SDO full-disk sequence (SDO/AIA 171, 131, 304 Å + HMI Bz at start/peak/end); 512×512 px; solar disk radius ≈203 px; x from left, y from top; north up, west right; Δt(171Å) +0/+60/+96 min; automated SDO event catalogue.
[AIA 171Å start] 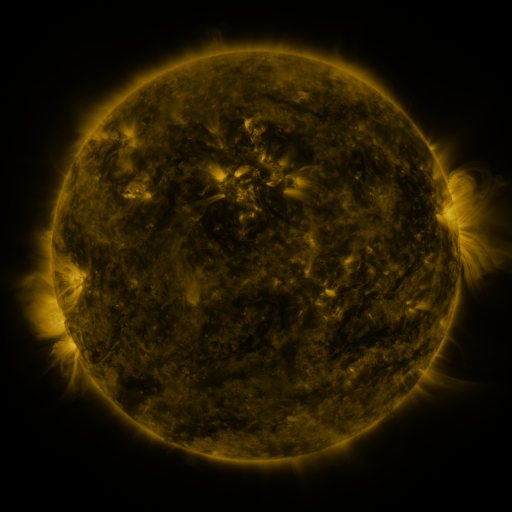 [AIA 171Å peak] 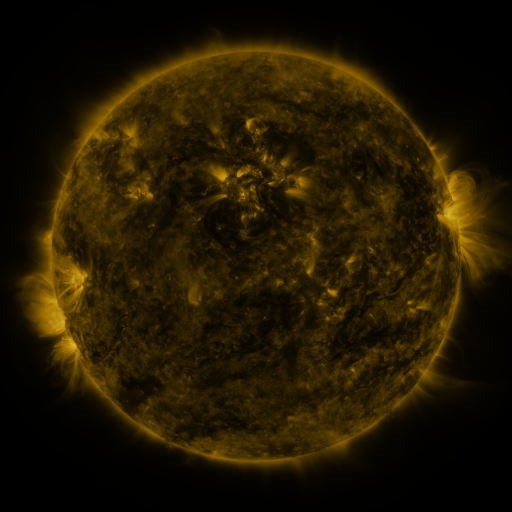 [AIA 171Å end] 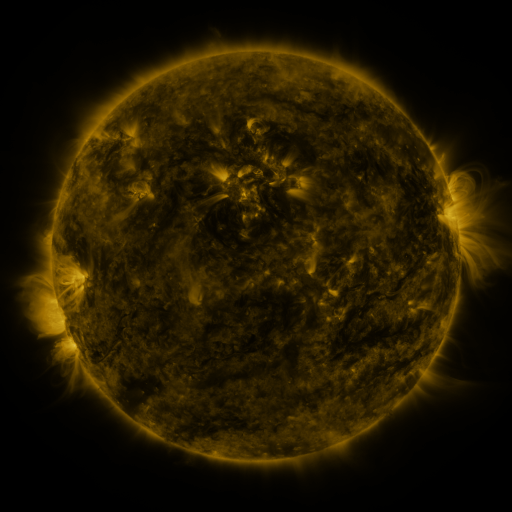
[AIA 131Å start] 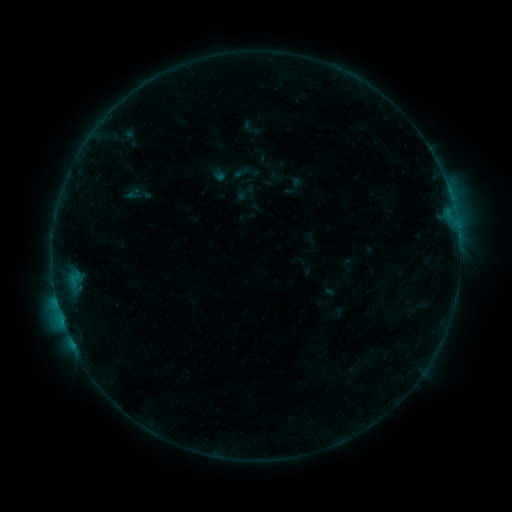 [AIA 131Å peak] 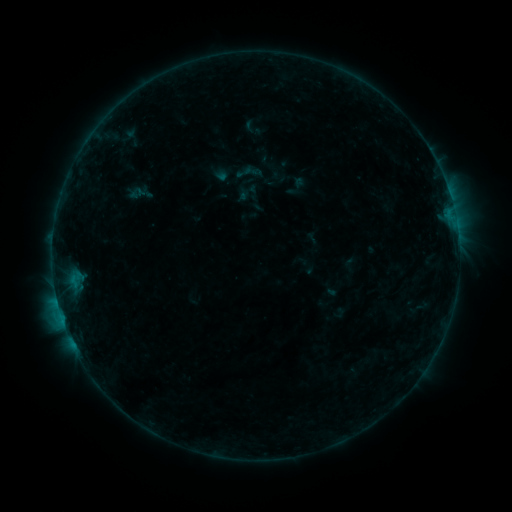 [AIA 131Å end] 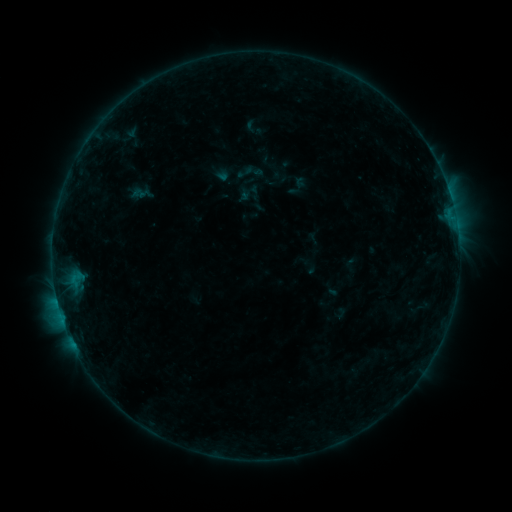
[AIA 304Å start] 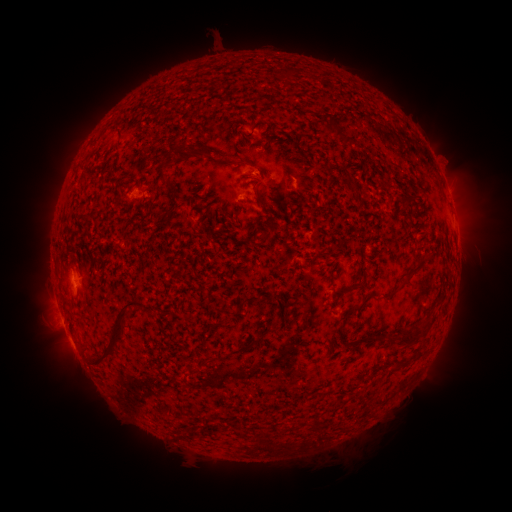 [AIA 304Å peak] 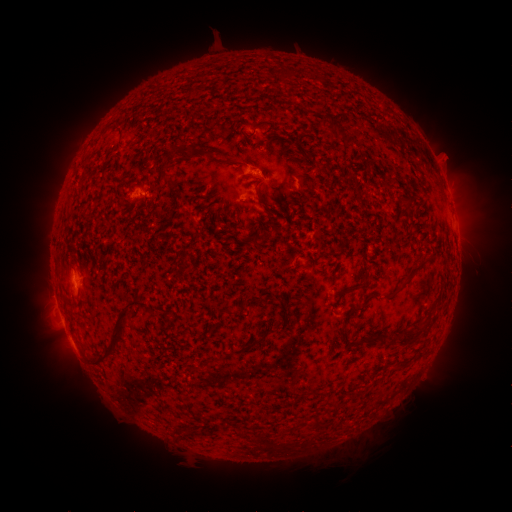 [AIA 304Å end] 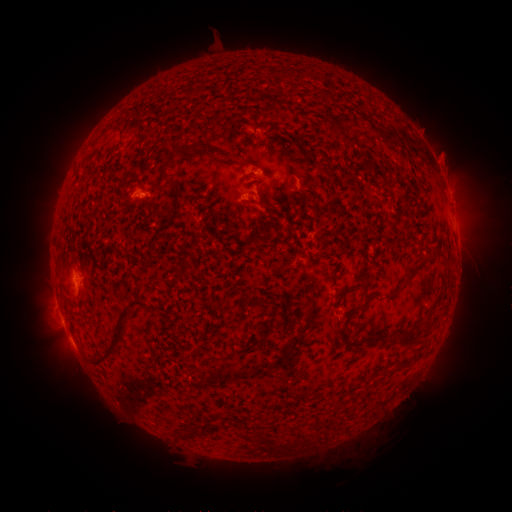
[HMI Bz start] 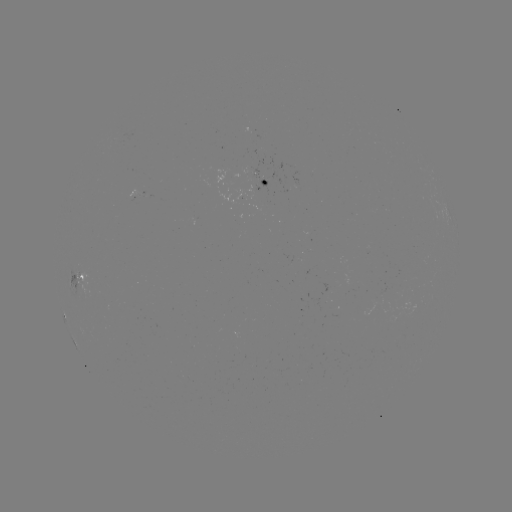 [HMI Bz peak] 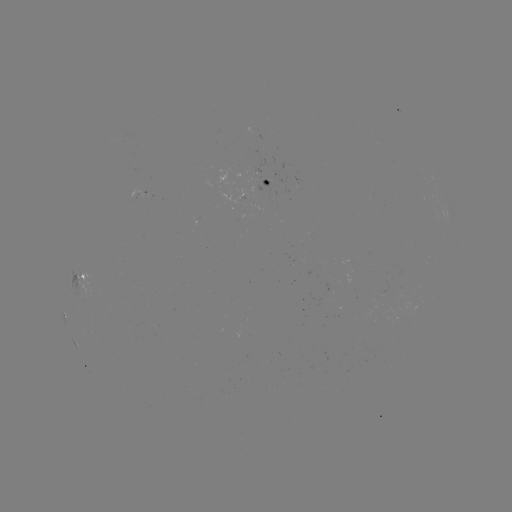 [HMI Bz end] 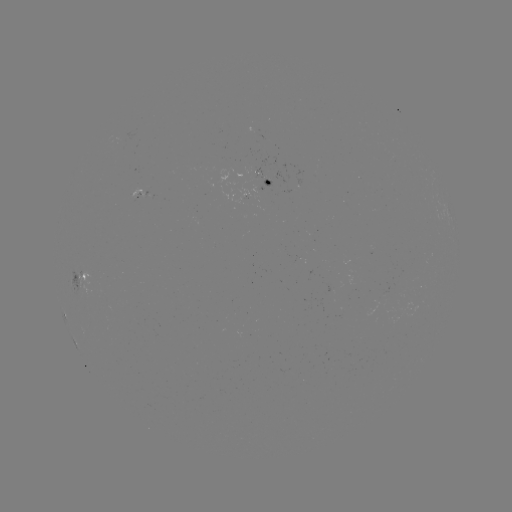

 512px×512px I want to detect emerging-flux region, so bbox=[252, 173, 269, 192].